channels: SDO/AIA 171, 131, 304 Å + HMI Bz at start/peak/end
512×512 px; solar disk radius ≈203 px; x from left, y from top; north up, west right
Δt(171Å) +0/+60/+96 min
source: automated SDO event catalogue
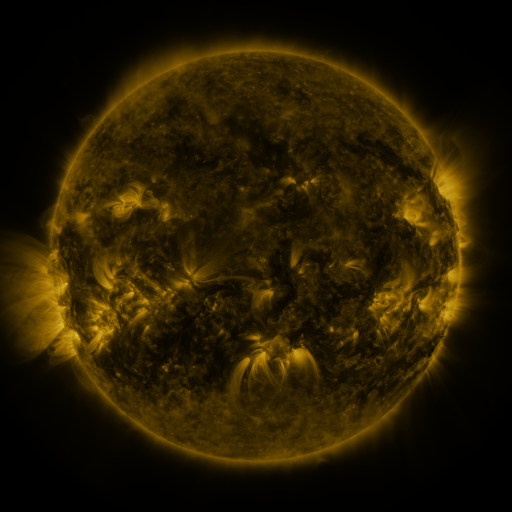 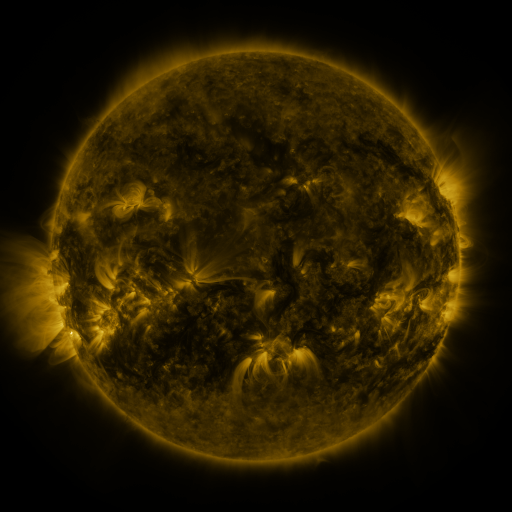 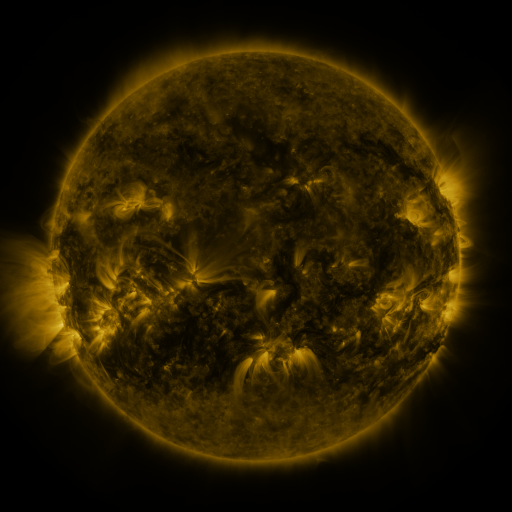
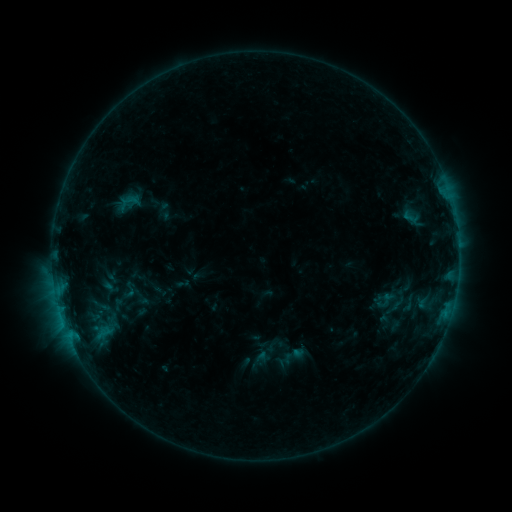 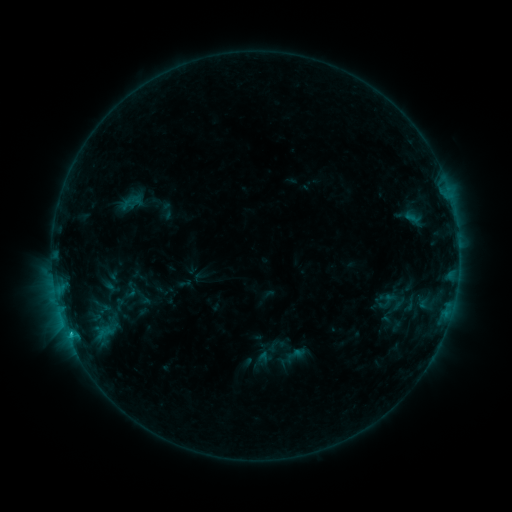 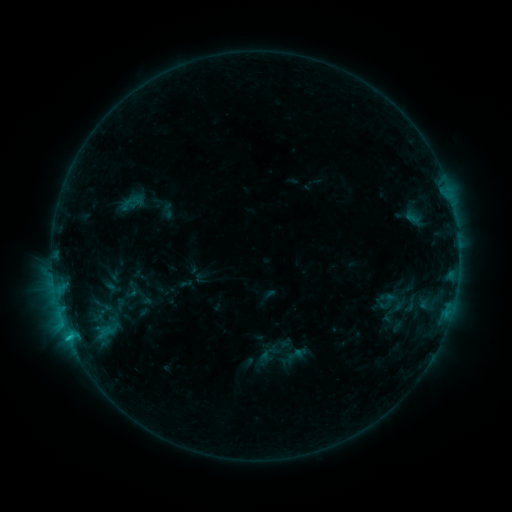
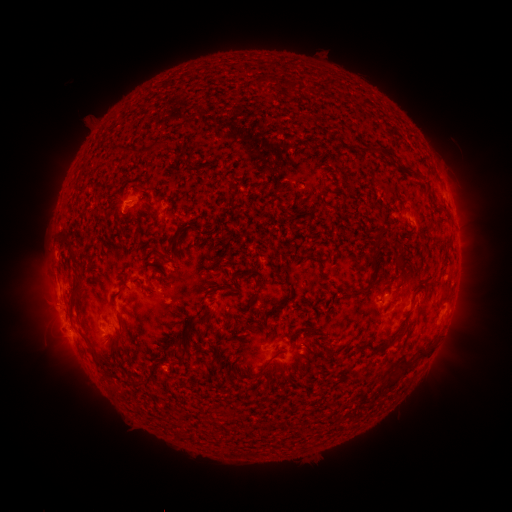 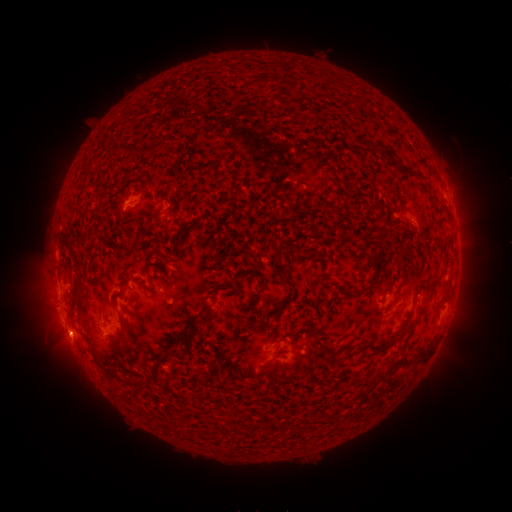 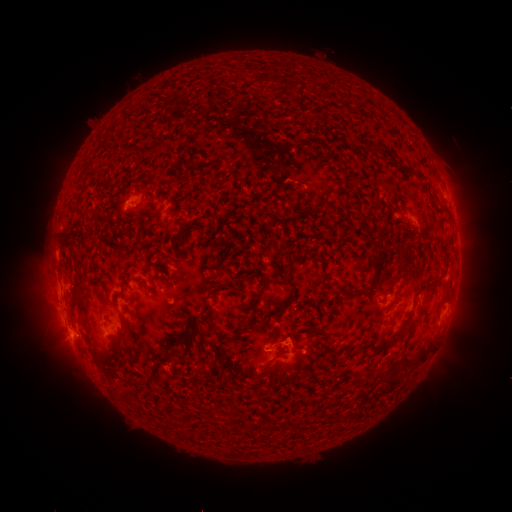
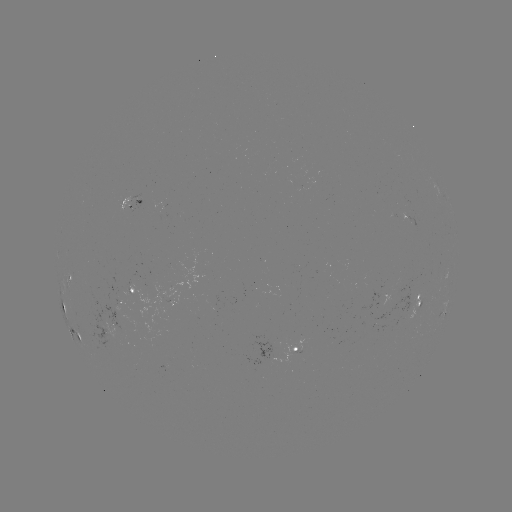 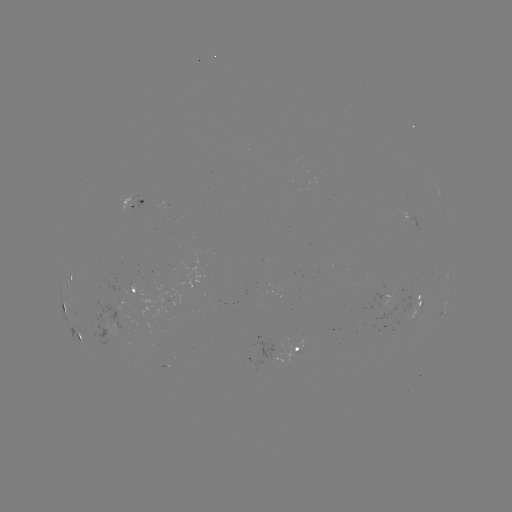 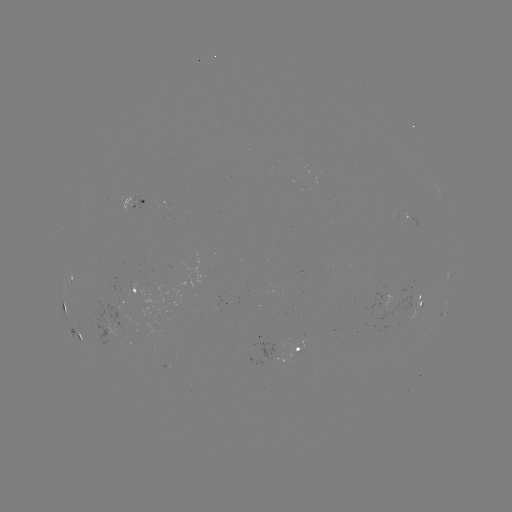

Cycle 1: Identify emerging-flux region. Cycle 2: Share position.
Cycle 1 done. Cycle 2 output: (135, 296).